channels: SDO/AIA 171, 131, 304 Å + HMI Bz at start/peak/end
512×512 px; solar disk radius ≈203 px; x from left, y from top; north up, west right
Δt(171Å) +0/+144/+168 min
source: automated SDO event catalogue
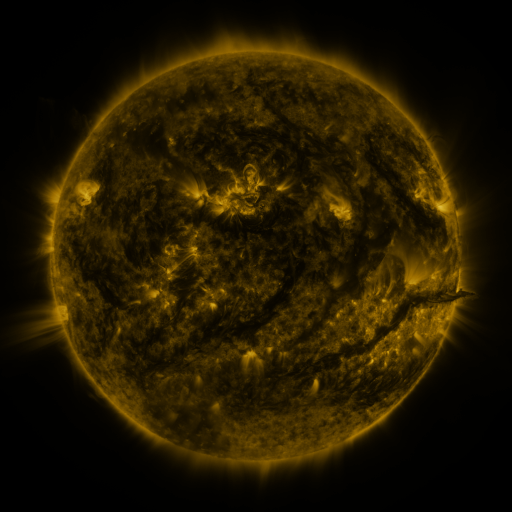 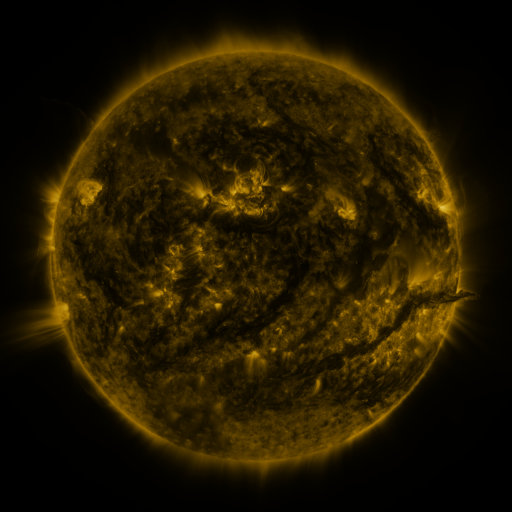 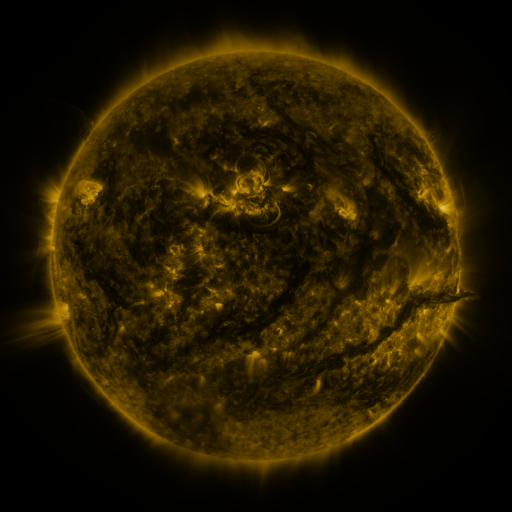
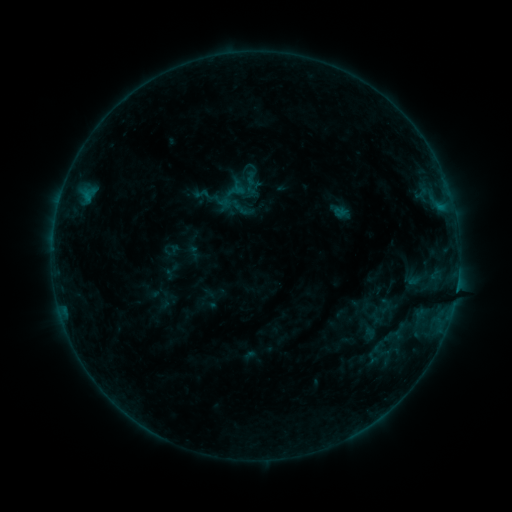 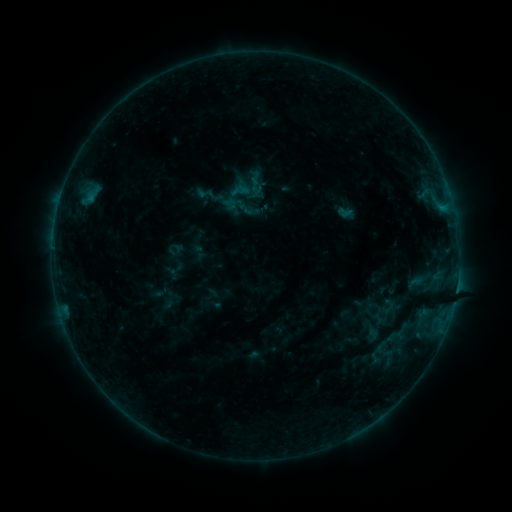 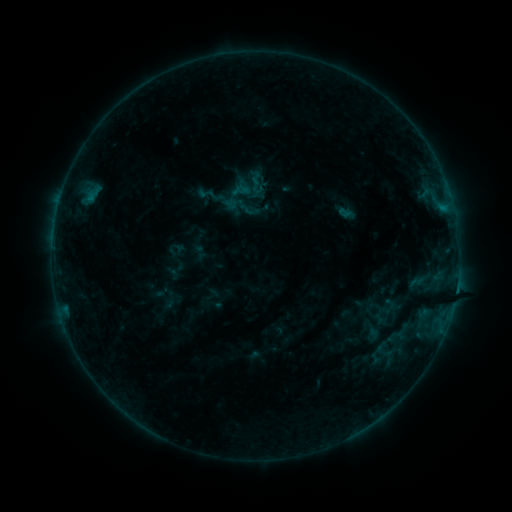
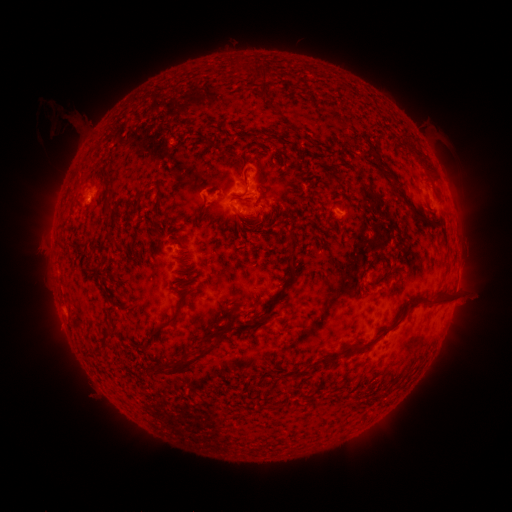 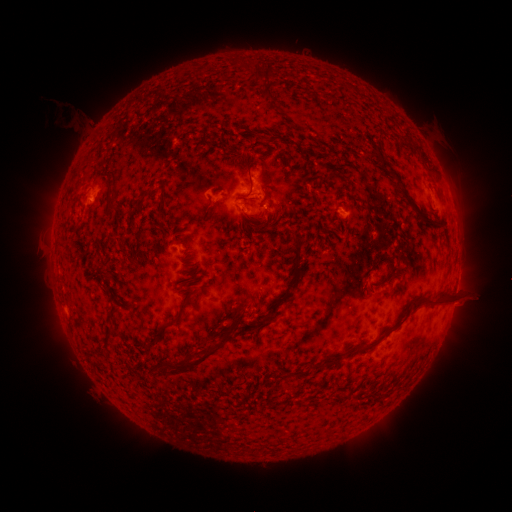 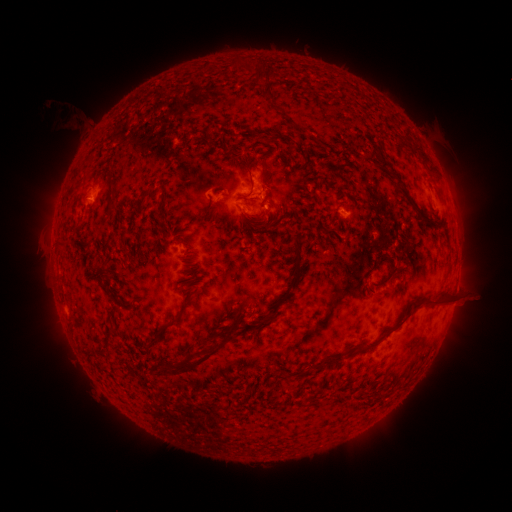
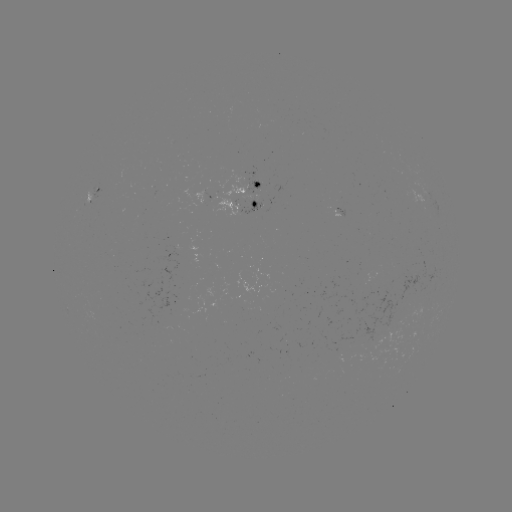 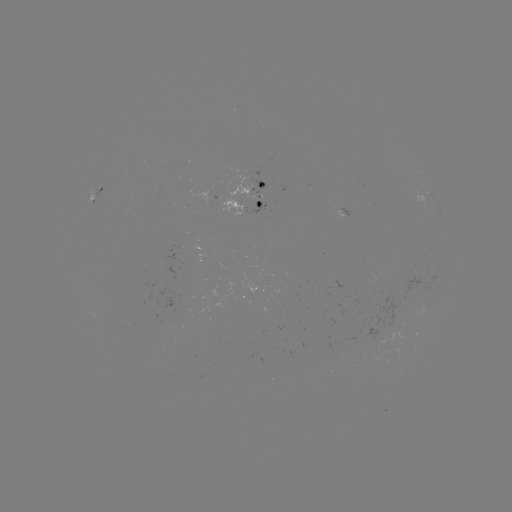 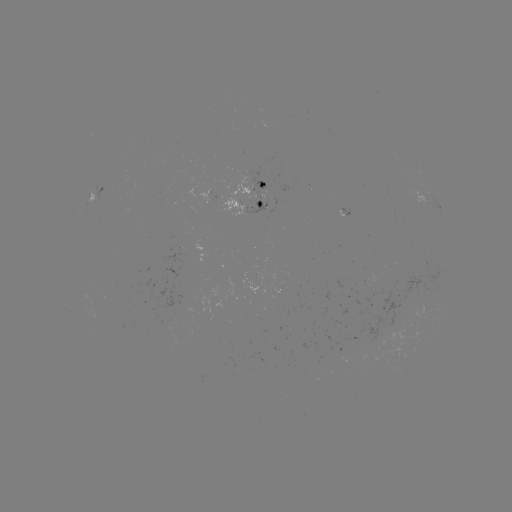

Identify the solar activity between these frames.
emerging-flux region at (246, 199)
